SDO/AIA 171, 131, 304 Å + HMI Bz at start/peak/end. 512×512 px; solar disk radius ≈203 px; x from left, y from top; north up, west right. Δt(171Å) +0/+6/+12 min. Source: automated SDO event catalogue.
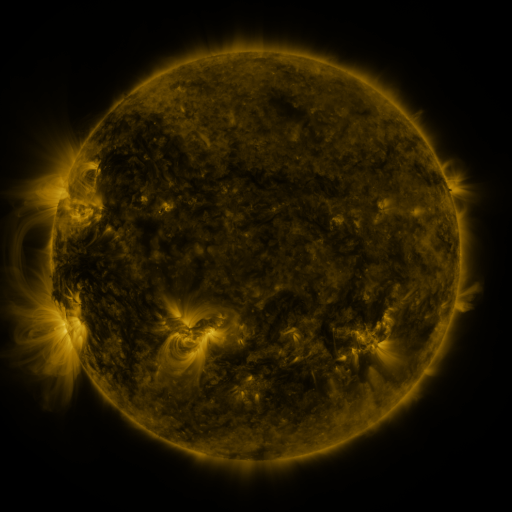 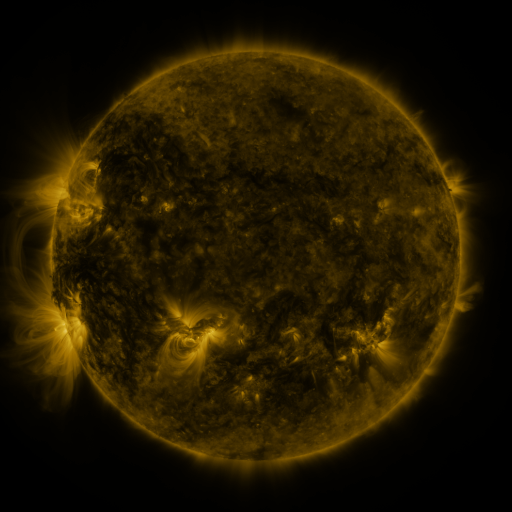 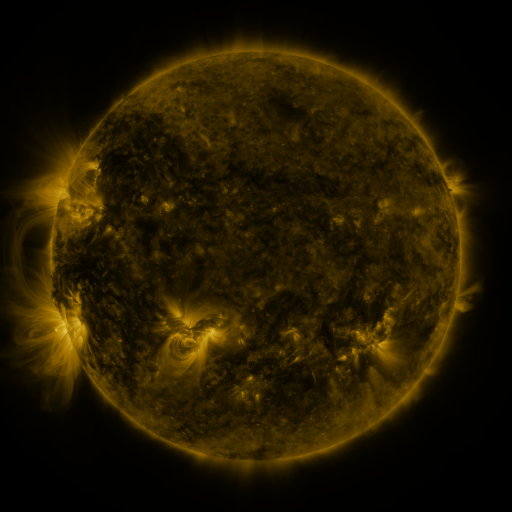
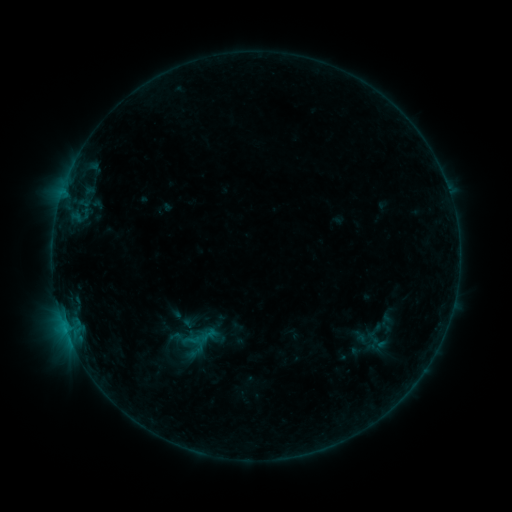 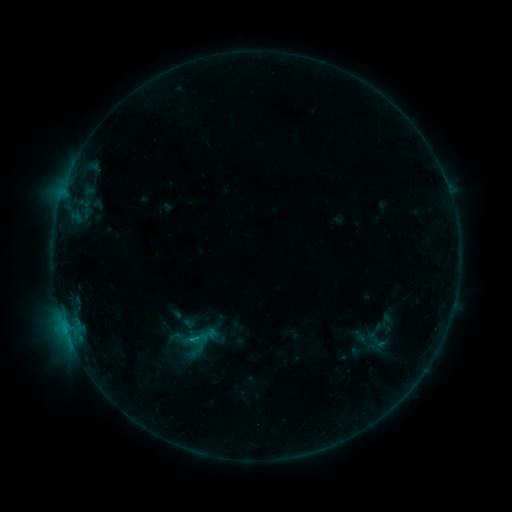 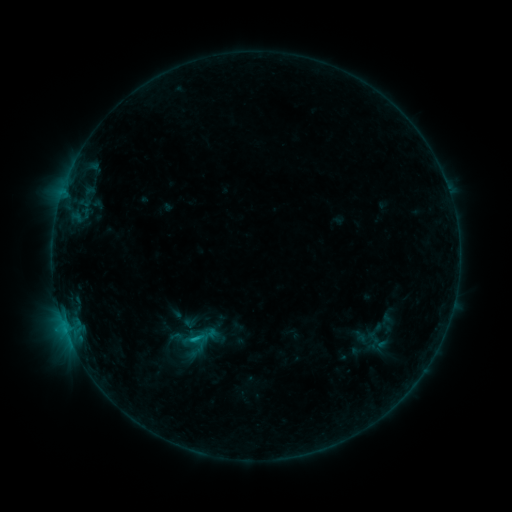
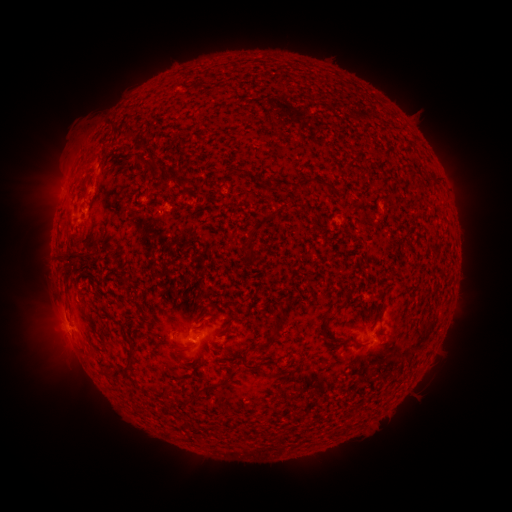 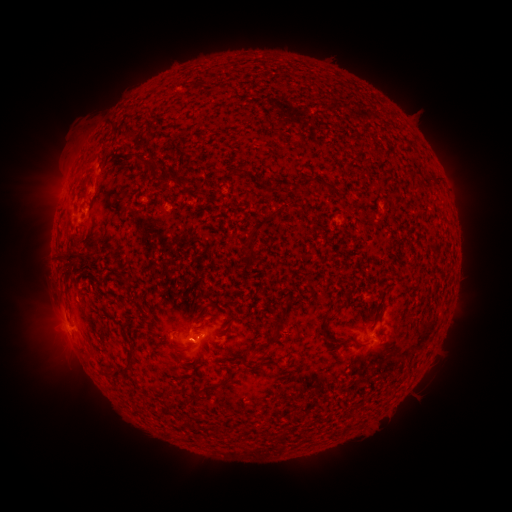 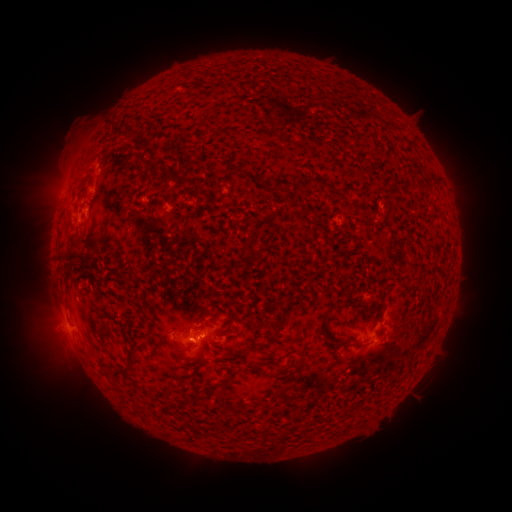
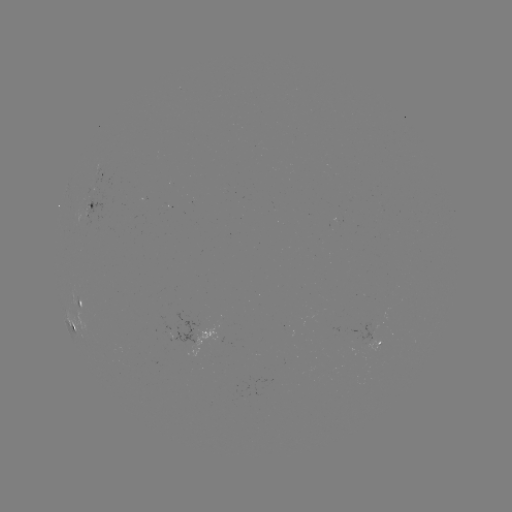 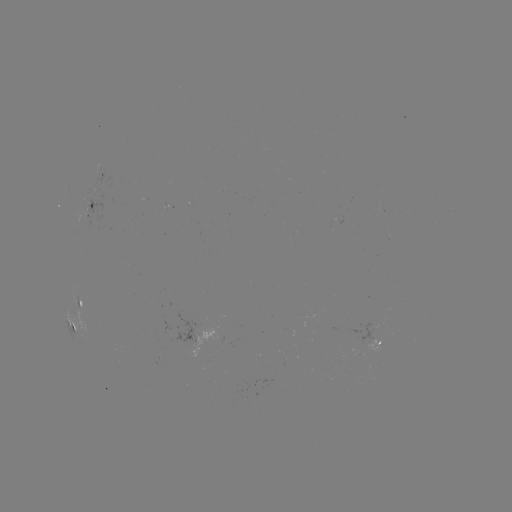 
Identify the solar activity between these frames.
B6.2 flare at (196, 338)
